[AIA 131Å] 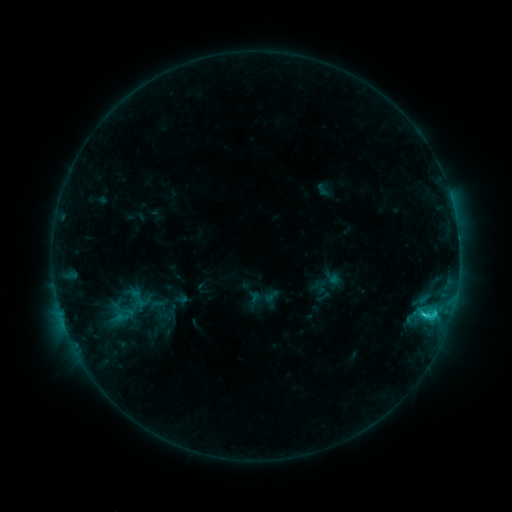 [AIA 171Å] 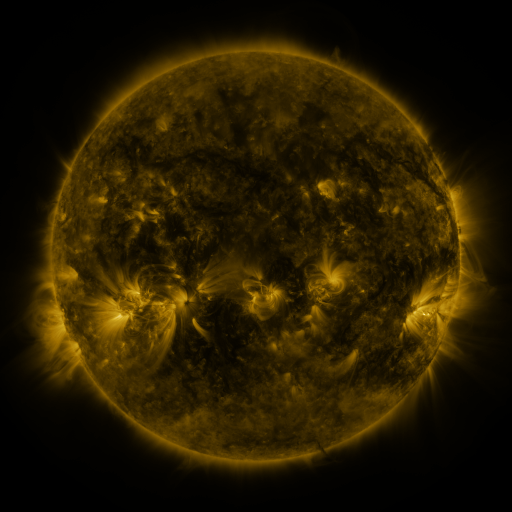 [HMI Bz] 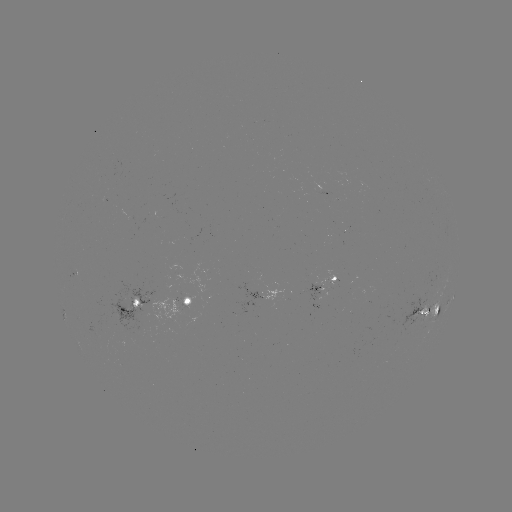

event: sigmoid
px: (137, 298)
